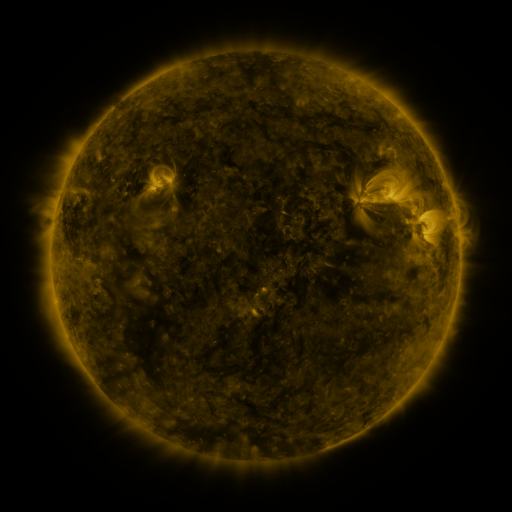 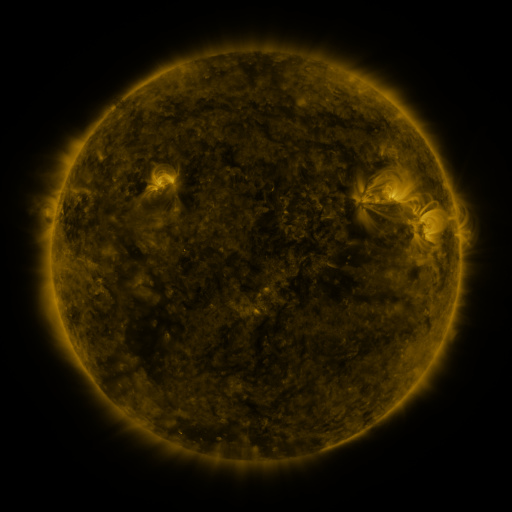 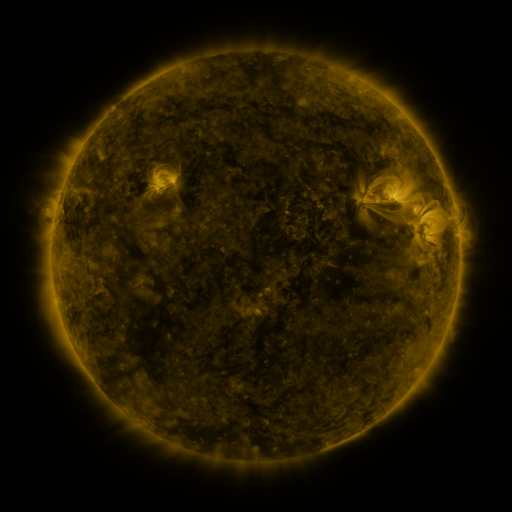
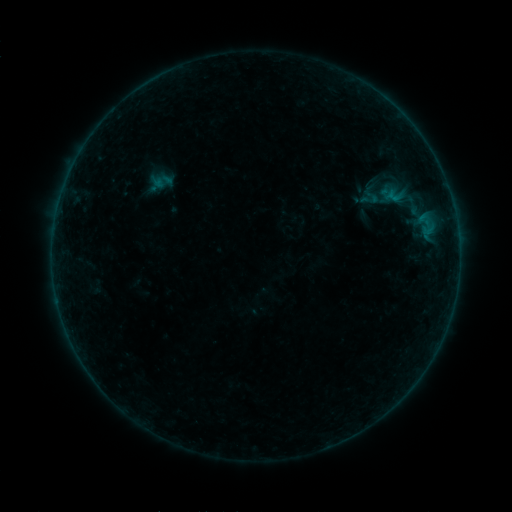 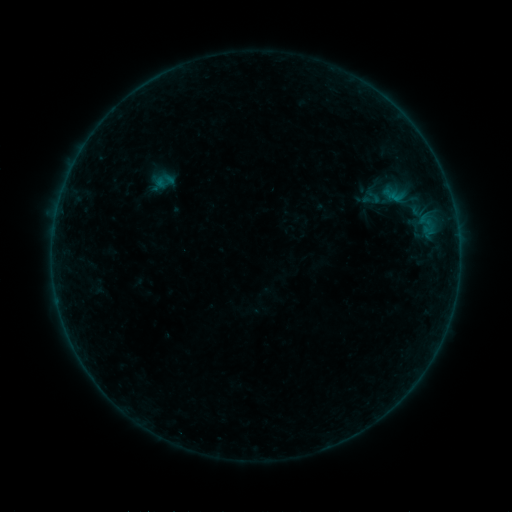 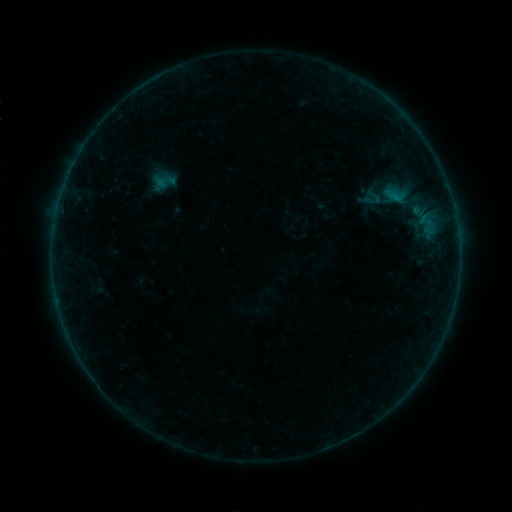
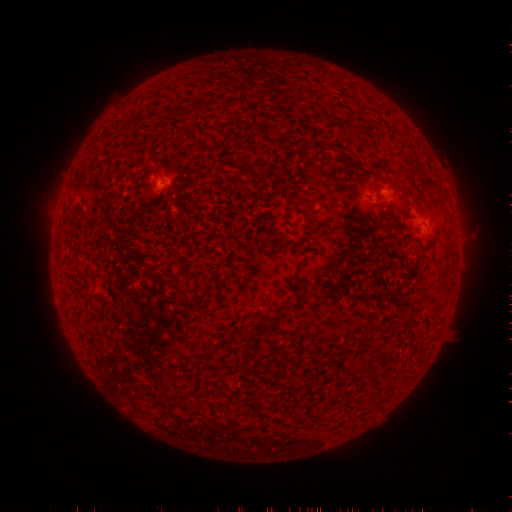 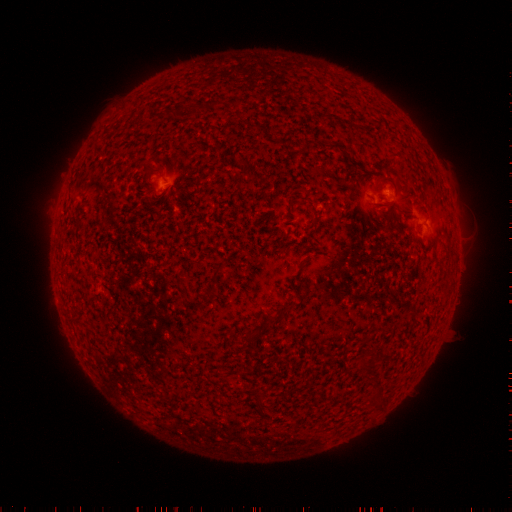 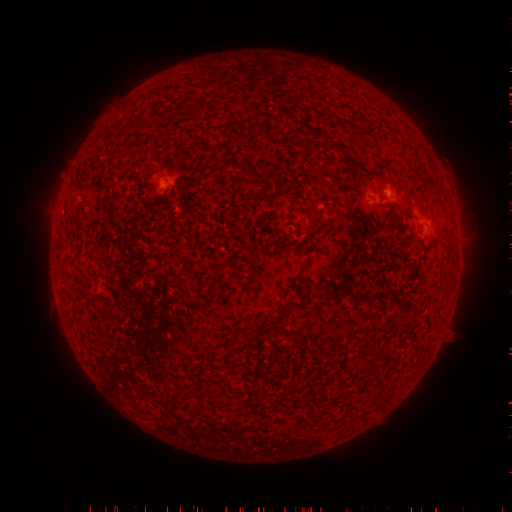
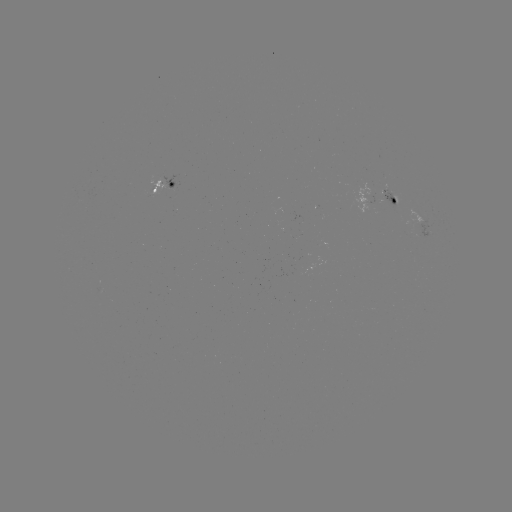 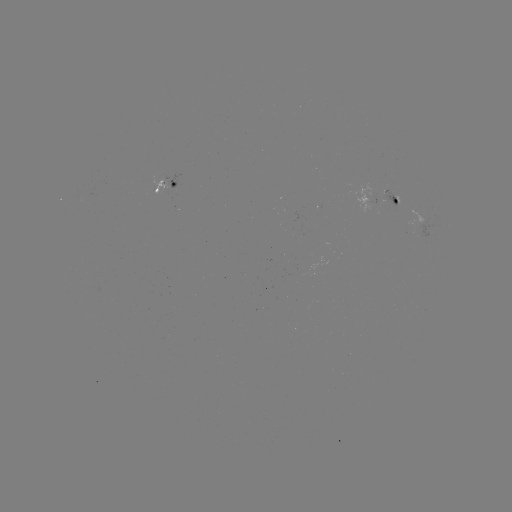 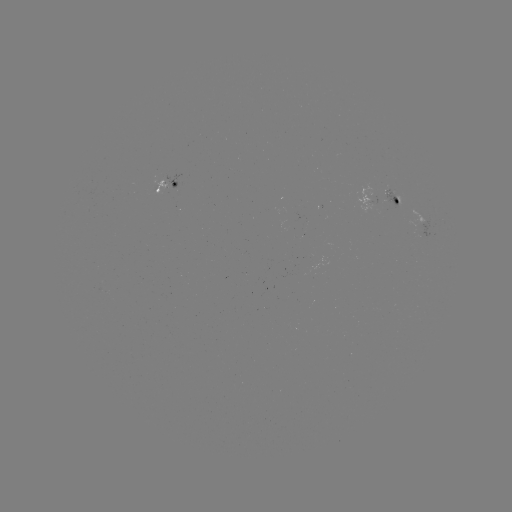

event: emerging-flux region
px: (397, 199)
